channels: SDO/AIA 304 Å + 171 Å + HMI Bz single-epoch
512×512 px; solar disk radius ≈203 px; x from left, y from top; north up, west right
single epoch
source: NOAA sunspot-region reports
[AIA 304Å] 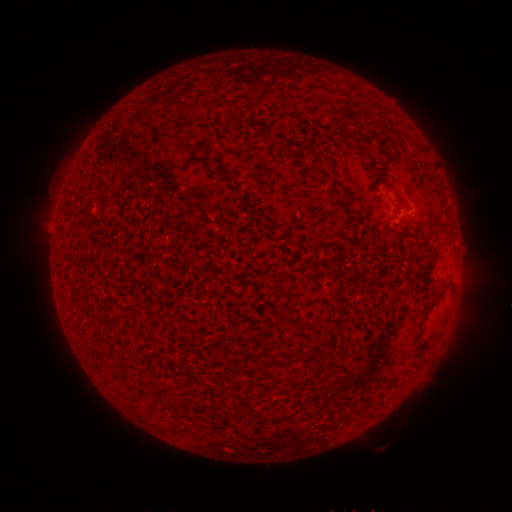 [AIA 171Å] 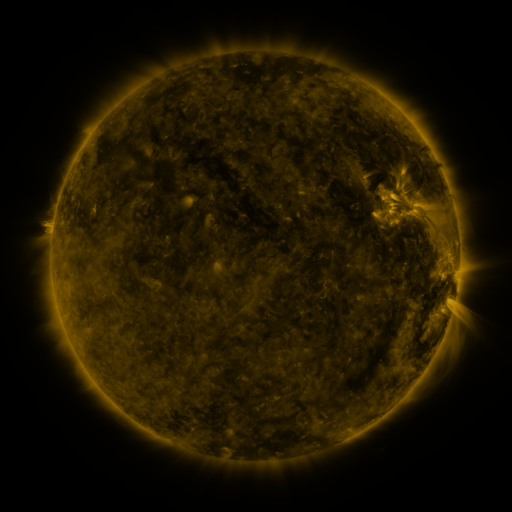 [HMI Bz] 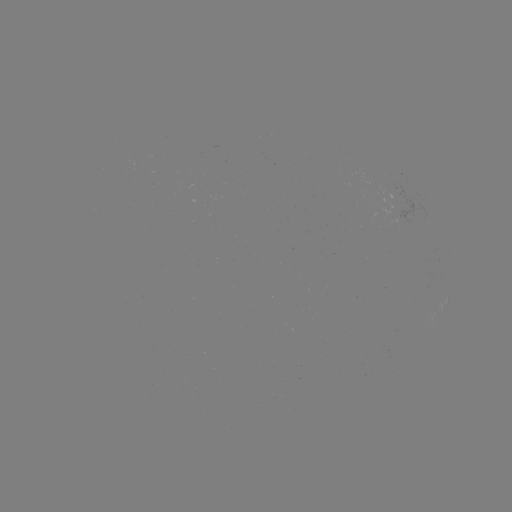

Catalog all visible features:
(none)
